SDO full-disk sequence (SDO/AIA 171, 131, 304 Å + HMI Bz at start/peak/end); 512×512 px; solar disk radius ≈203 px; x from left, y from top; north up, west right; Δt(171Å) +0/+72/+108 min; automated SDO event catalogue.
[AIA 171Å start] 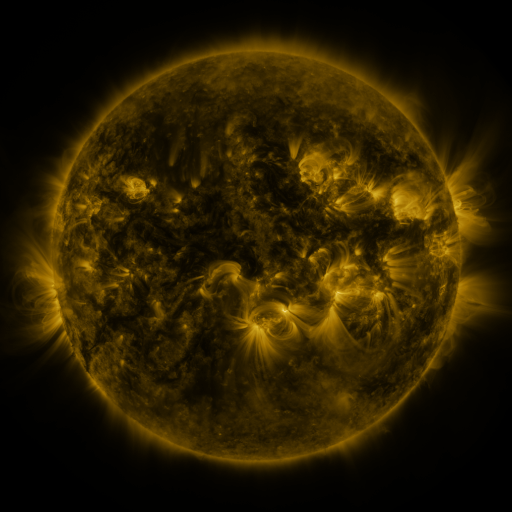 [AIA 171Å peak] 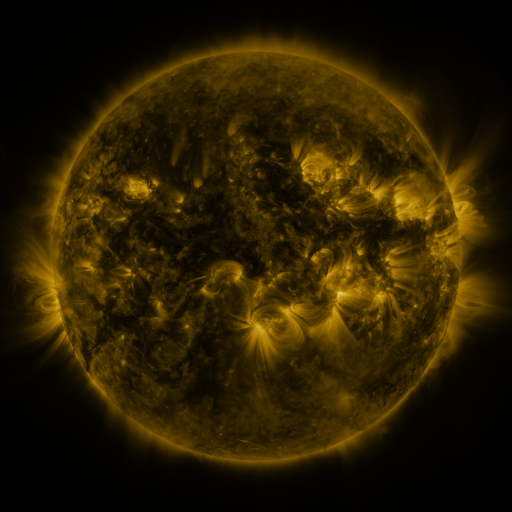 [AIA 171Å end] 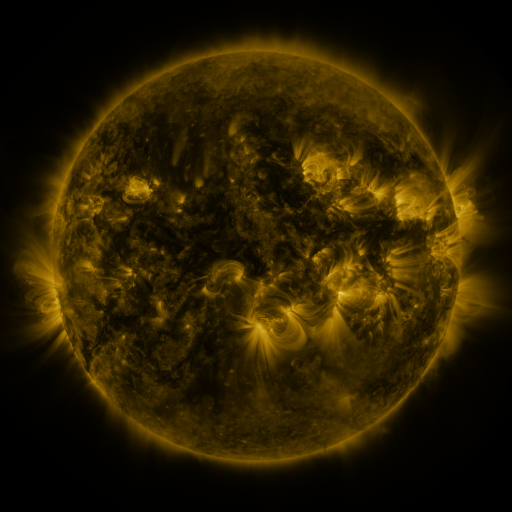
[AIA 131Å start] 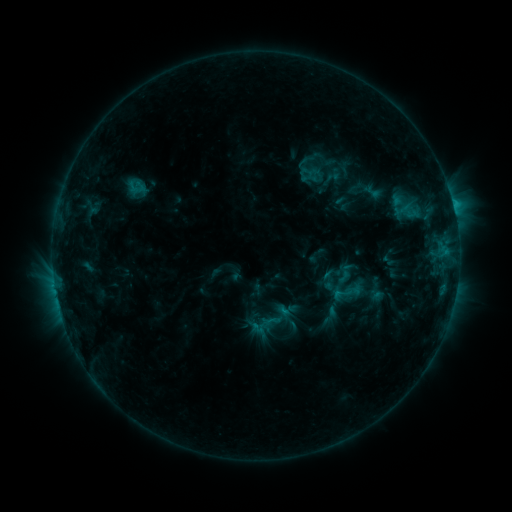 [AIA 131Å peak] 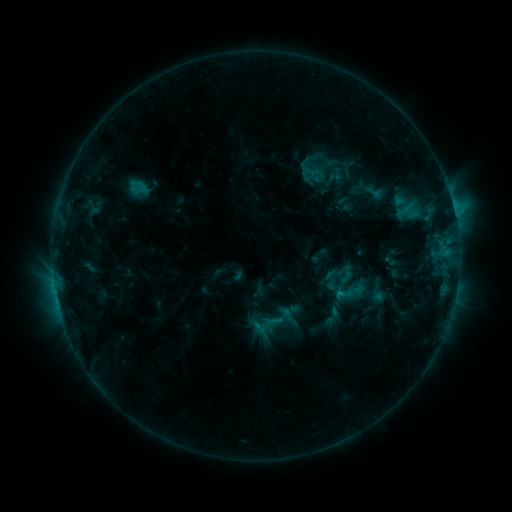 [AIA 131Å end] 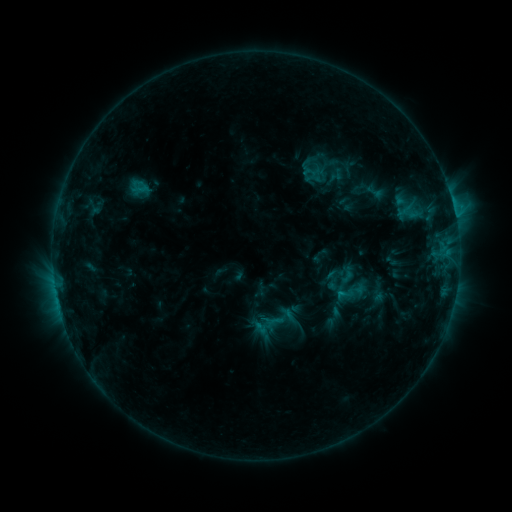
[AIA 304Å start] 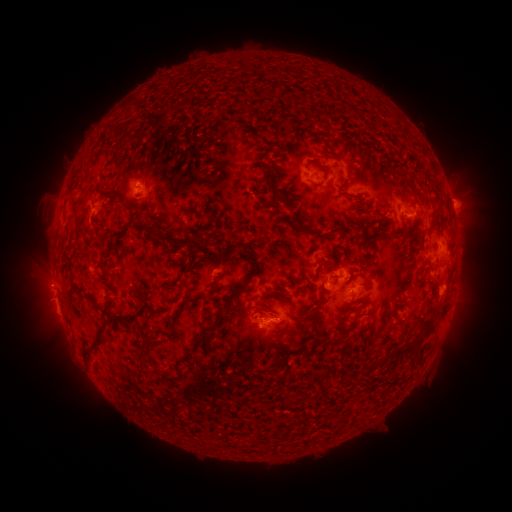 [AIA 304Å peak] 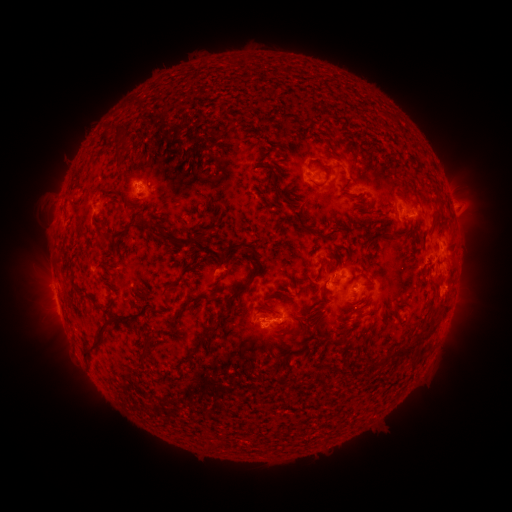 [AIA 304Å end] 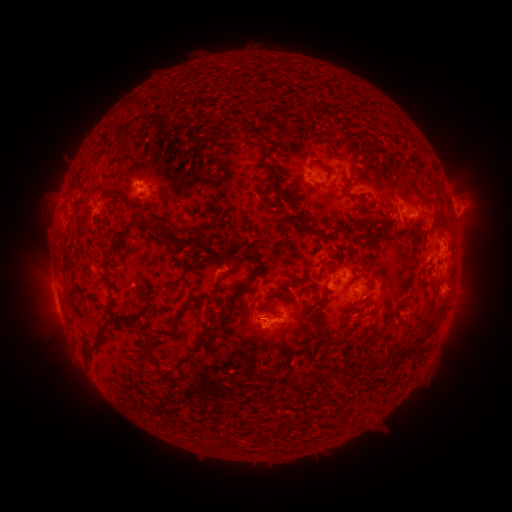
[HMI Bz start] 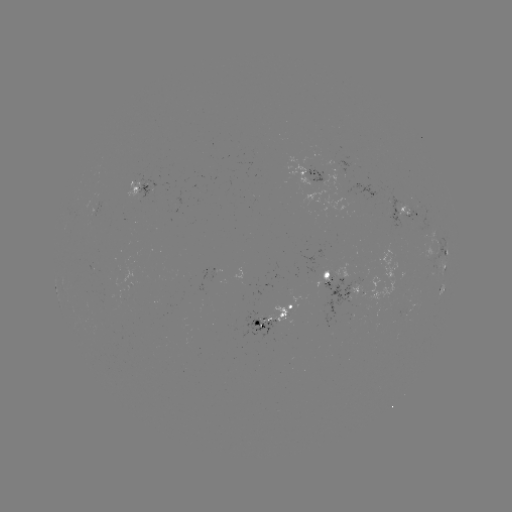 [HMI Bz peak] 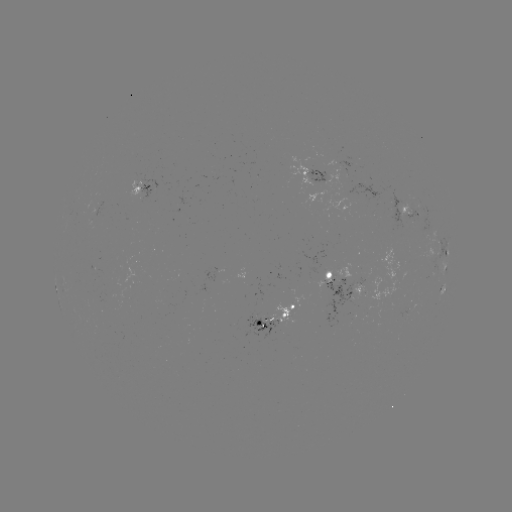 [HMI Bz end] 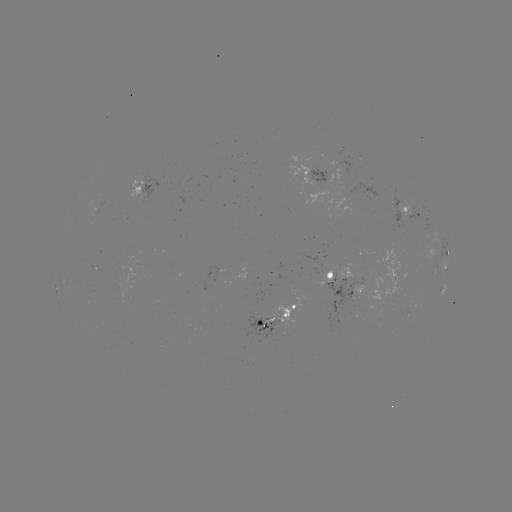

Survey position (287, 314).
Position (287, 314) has emerging-flux region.